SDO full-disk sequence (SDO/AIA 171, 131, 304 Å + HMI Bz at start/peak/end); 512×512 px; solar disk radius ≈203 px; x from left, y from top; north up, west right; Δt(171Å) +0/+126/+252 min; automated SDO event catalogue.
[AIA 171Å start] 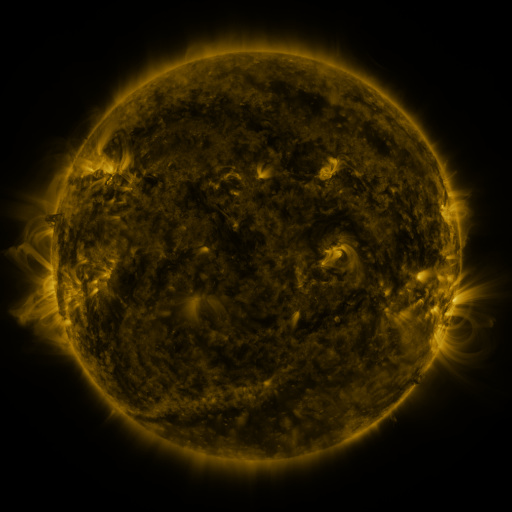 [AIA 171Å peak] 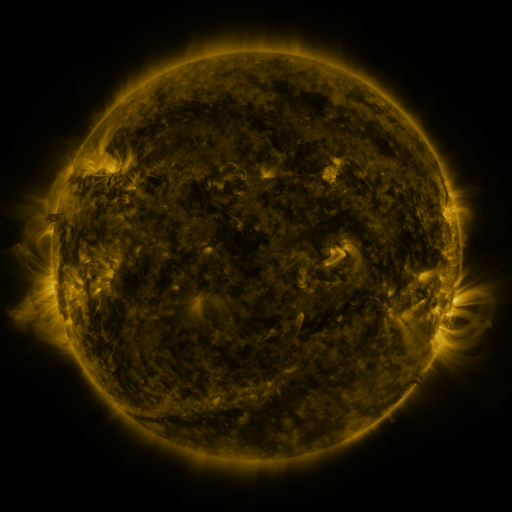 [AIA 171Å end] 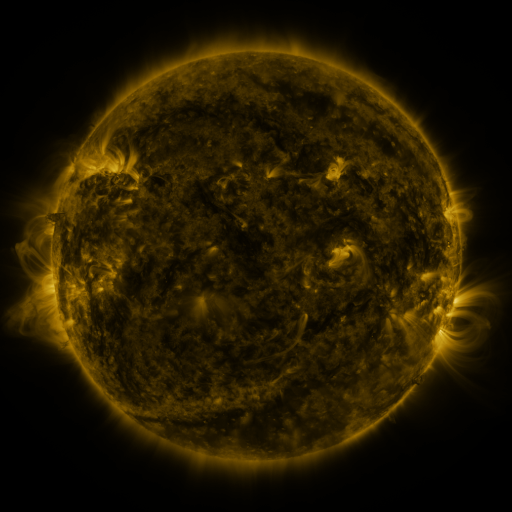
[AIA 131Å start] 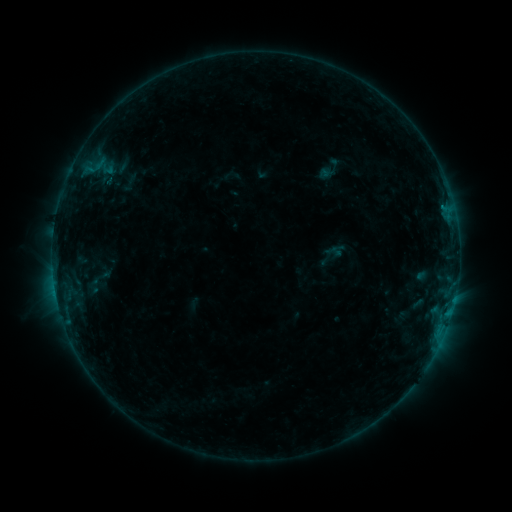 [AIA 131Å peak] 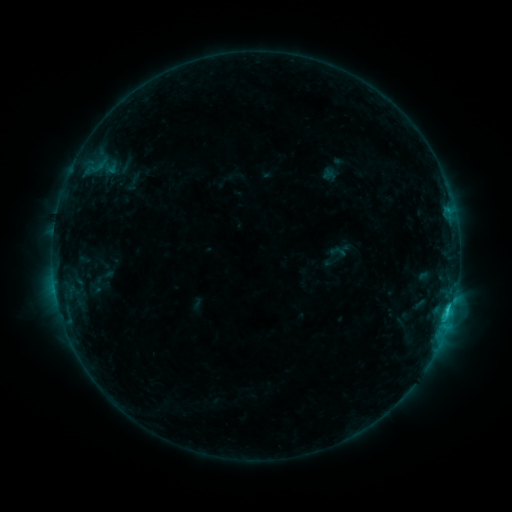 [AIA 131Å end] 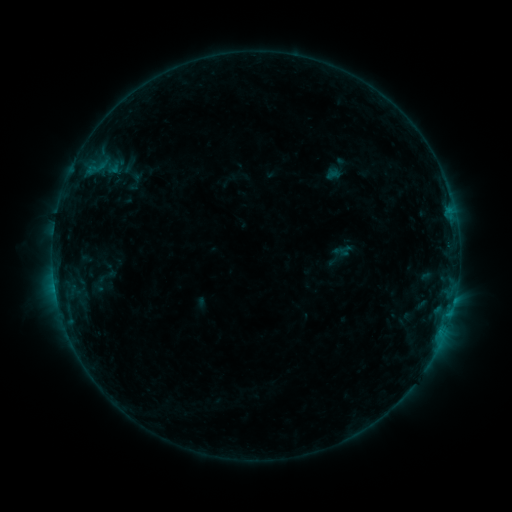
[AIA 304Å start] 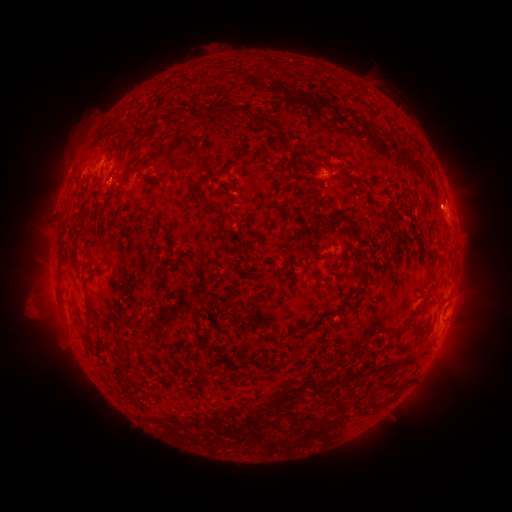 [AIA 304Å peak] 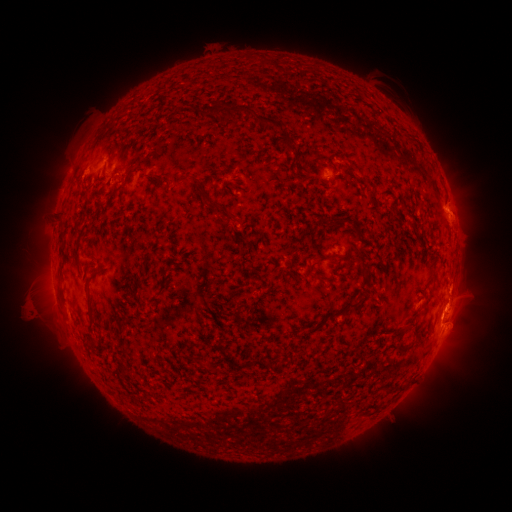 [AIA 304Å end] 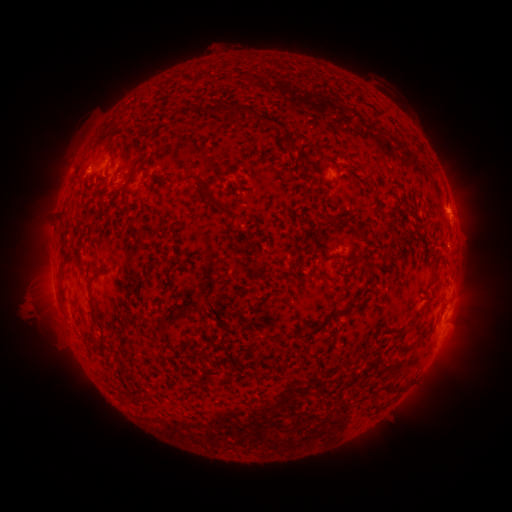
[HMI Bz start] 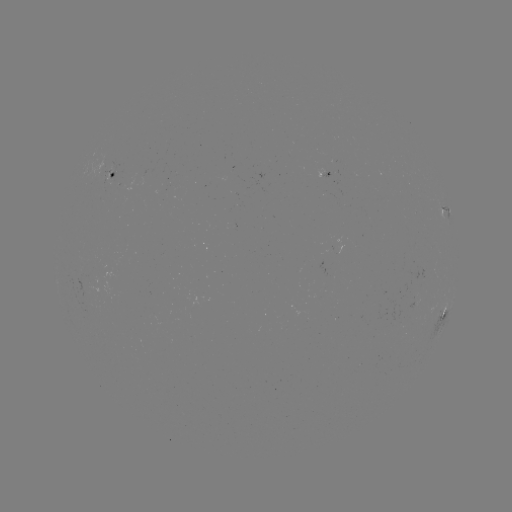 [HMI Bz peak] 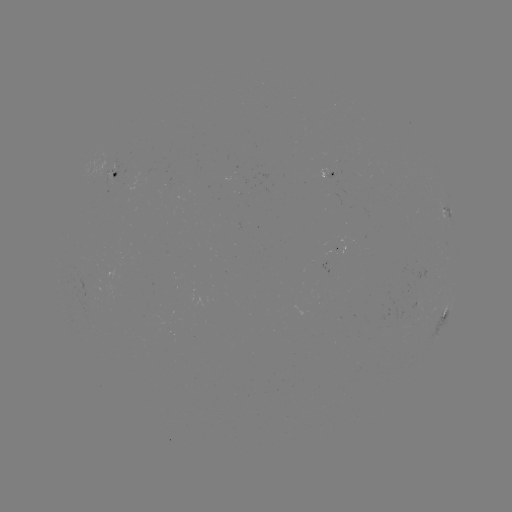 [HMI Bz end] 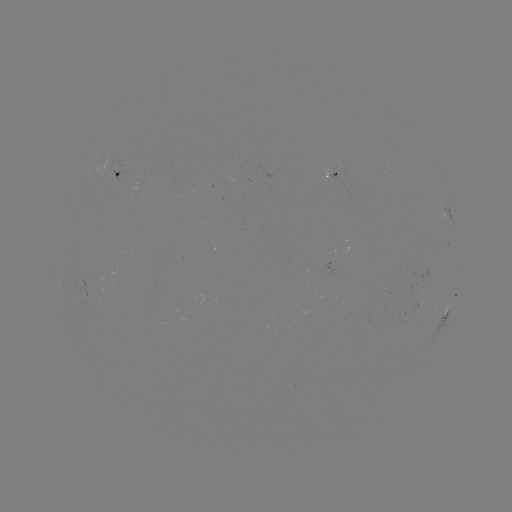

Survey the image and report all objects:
filament eruption: (462, 312)
